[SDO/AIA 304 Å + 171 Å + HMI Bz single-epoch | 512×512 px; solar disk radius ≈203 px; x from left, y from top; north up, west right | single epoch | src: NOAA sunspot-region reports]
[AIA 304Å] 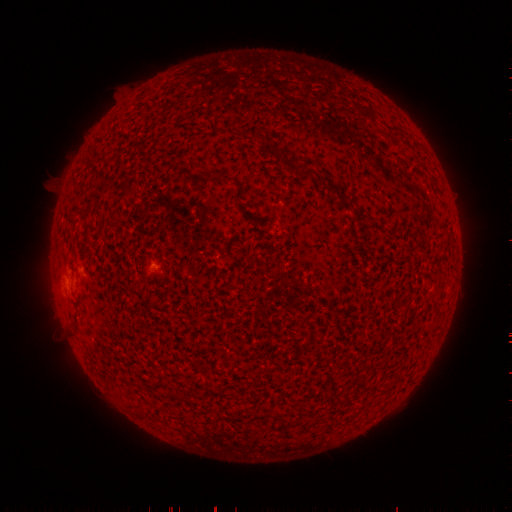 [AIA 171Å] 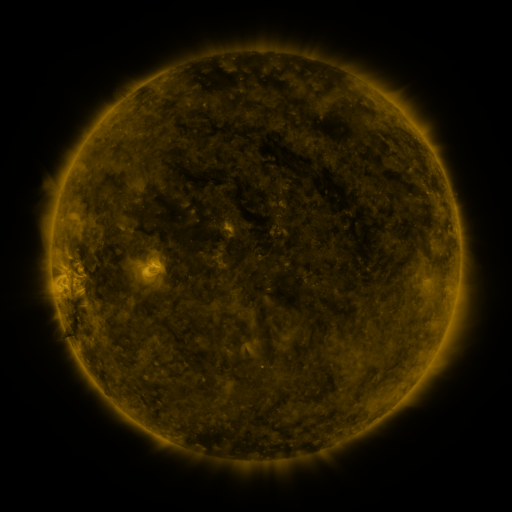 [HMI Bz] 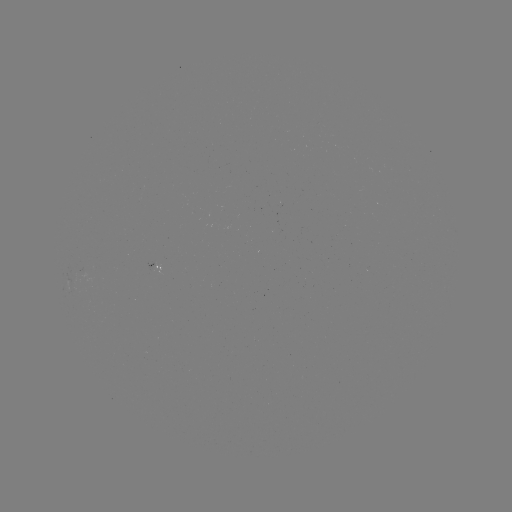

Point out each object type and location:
spotted active region: (157, 265)
